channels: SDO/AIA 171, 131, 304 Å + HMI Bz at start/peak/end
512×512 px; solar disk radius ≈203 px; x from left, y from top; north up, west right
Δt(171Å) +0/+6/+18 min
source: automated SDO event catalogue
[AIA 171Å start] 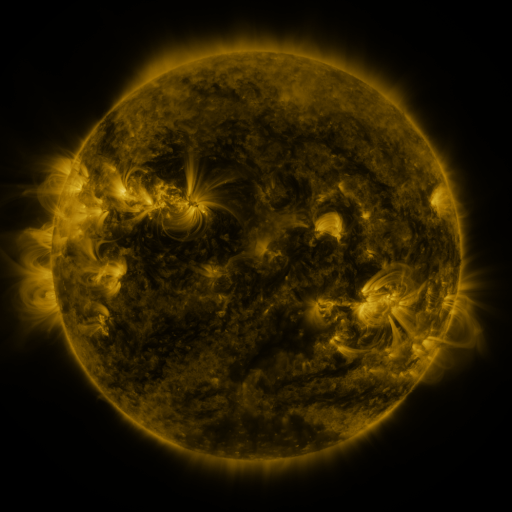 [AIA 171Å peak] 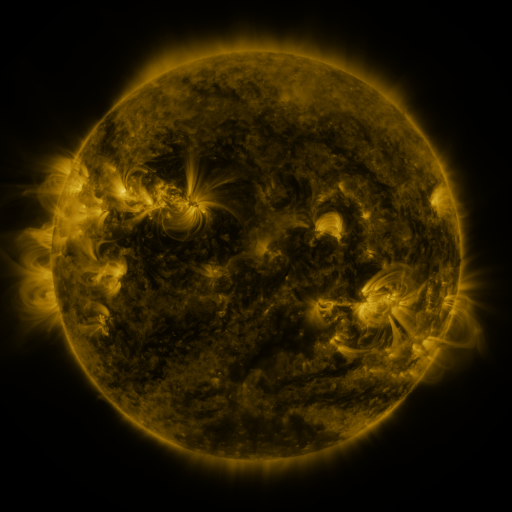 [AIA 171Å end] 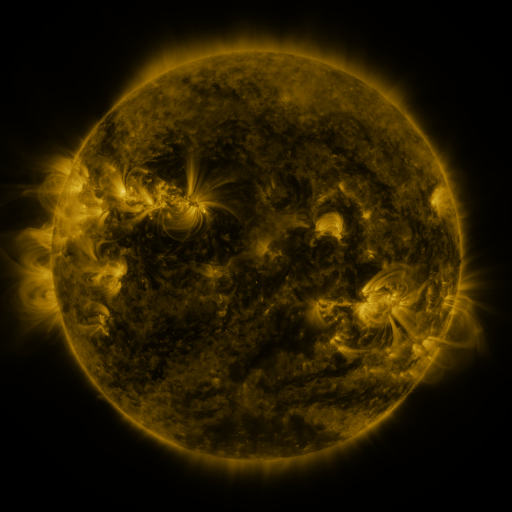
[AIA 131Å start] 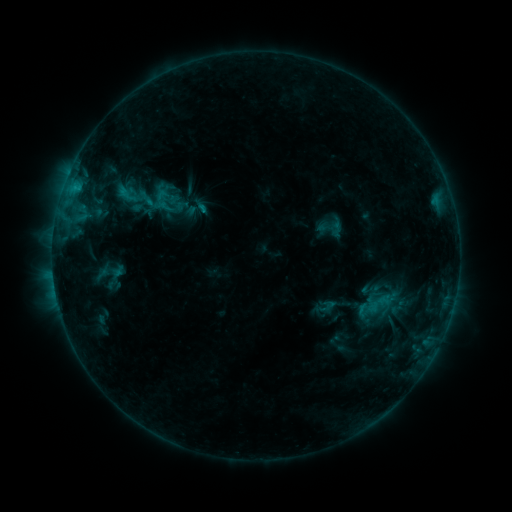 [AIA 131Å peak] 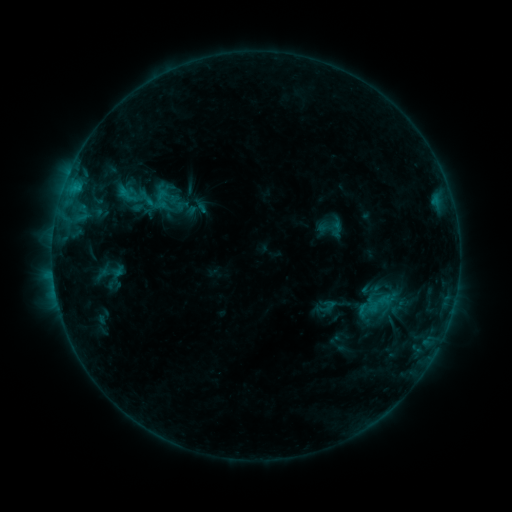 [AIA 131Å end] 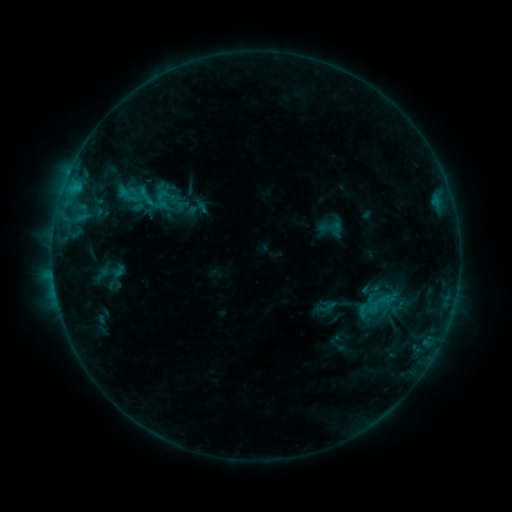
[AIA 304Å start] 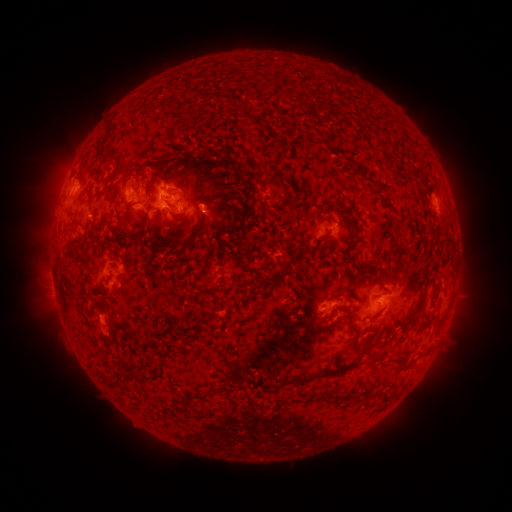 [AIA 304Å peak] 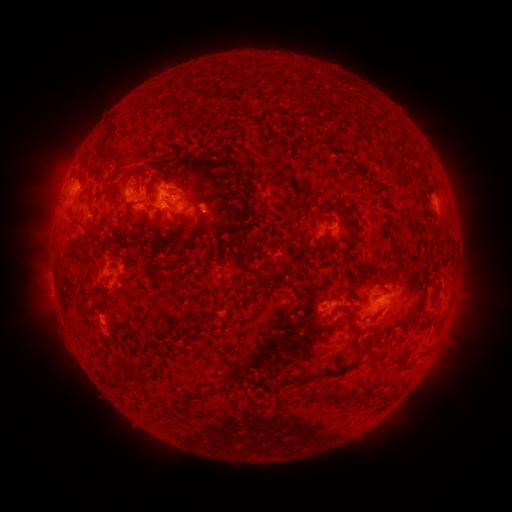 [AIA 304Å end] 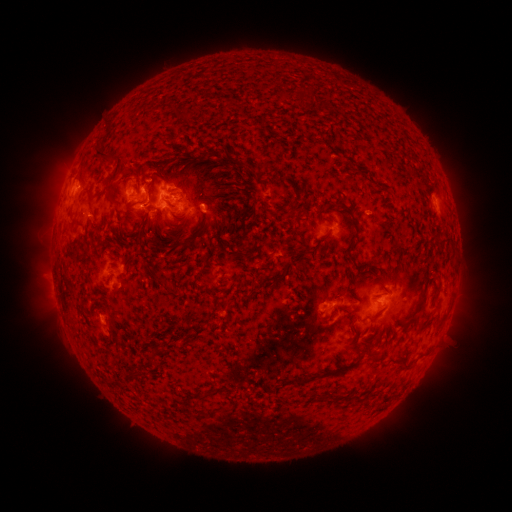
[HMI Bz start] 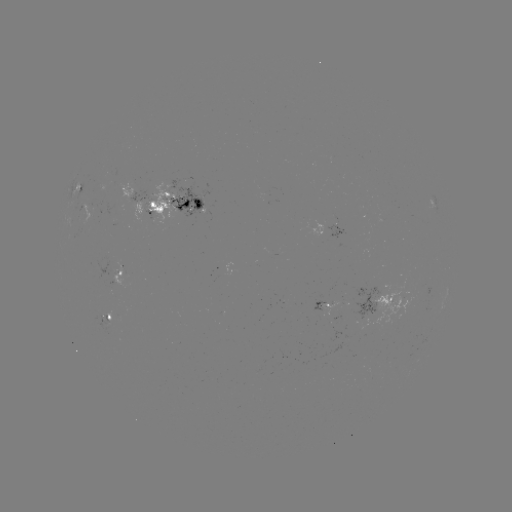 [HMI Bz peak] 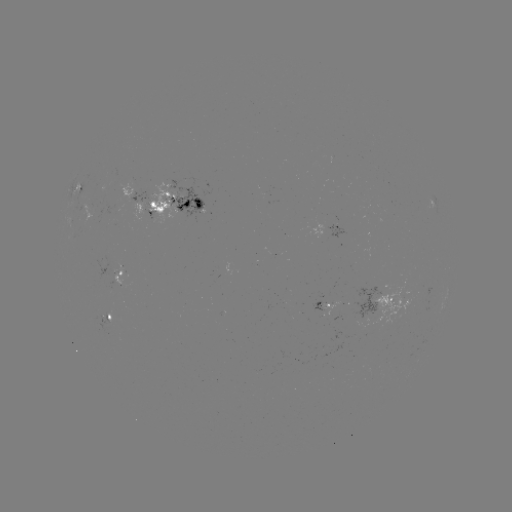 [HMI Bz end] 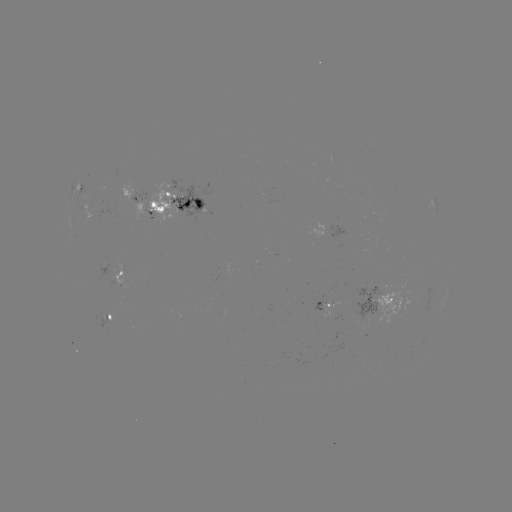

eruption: <bbox>102, 137, 158, 186</bbox>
